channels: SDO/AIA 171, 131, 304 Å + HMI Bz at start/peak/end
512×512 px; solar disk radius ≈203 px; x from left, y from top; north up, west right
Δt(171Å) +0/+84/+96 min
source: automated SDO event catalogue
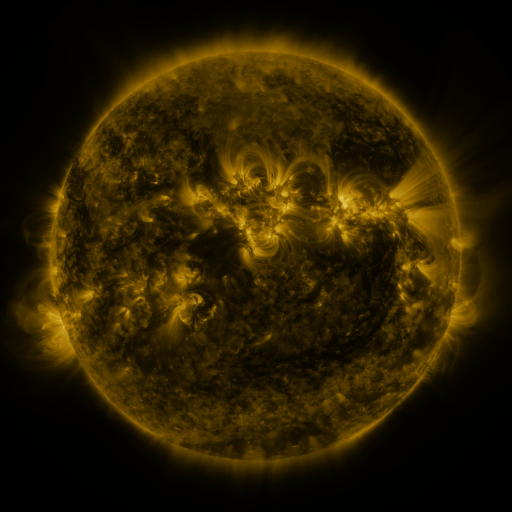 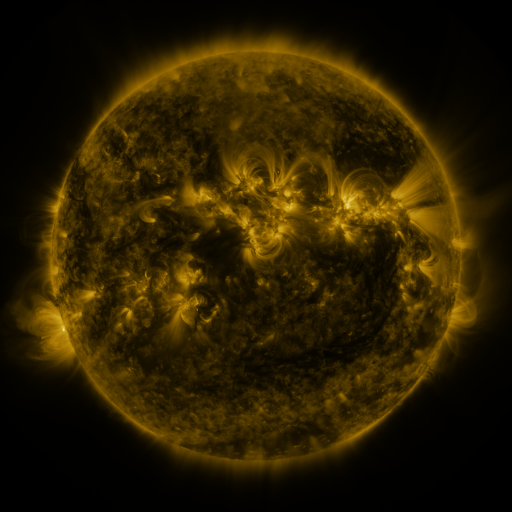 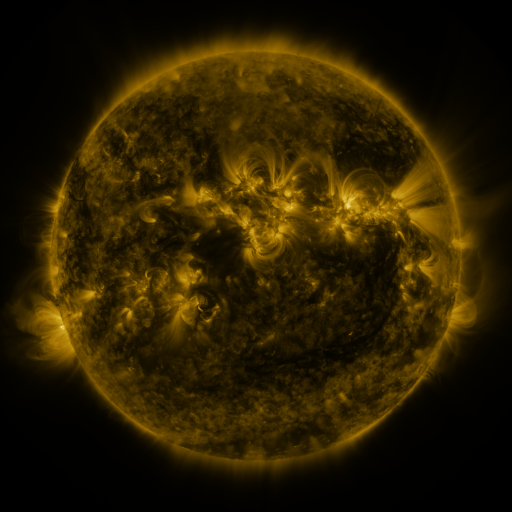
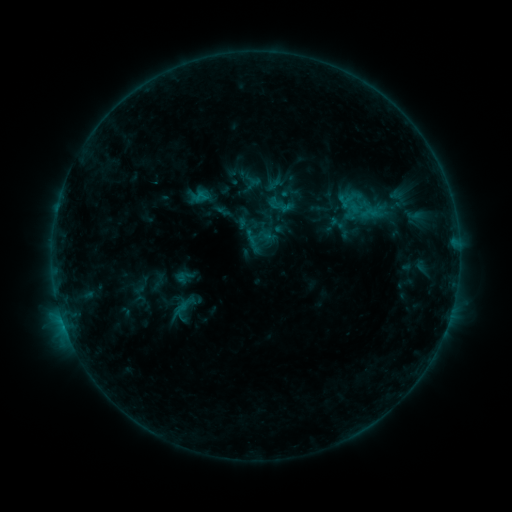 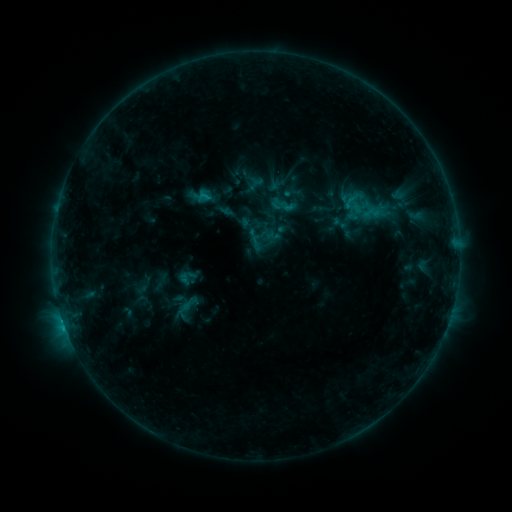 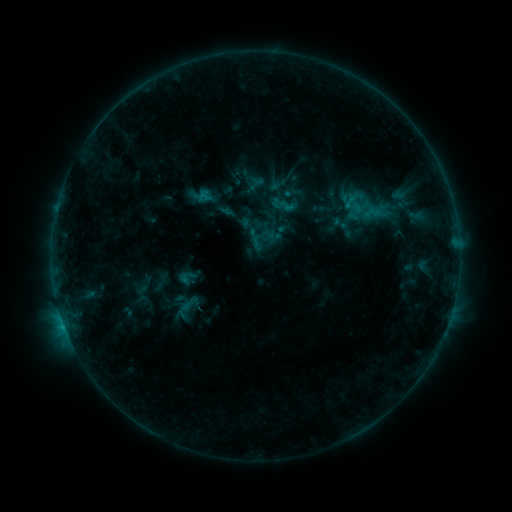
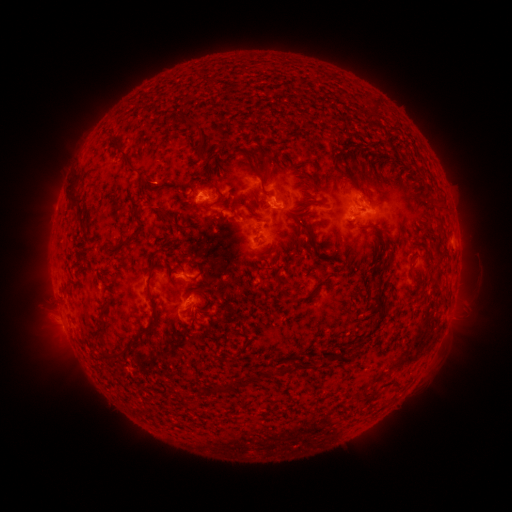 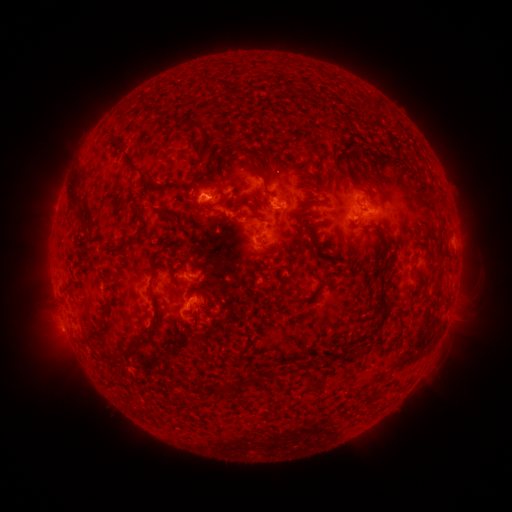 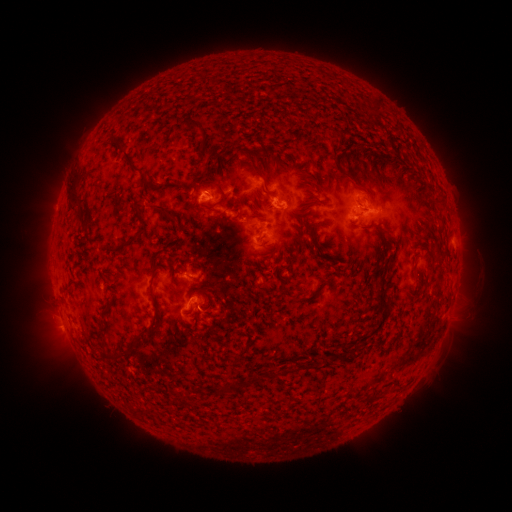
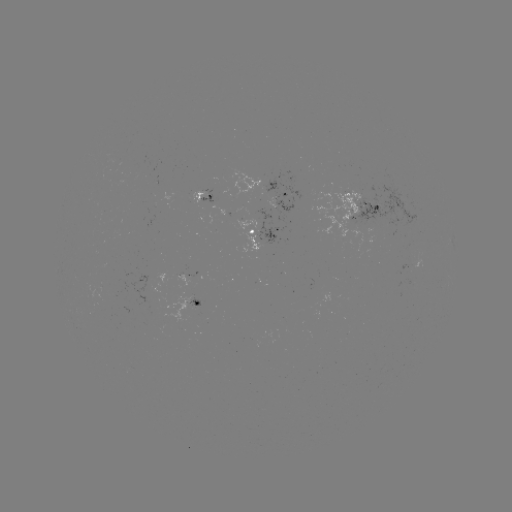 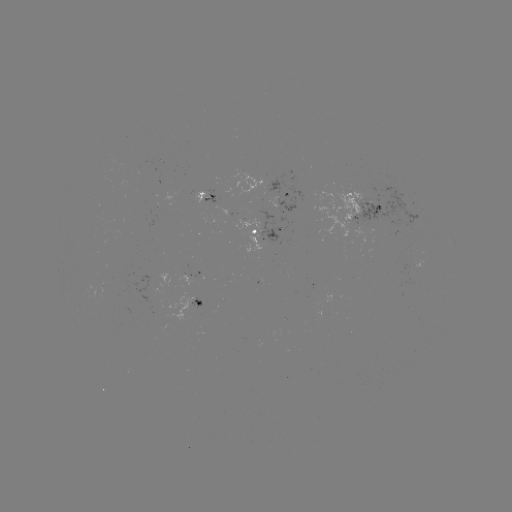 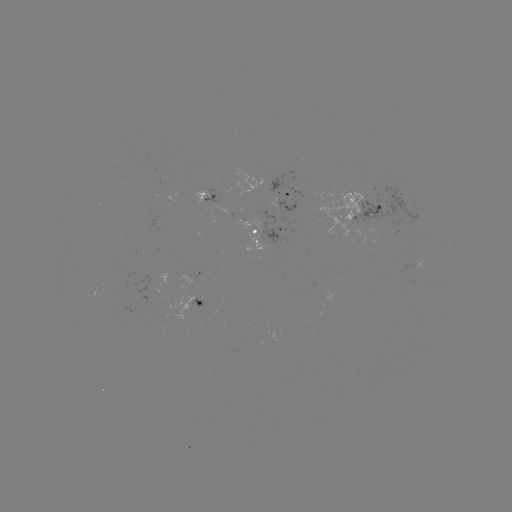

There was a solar emerging-flux region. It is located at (196, 305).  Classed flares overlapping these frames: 1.